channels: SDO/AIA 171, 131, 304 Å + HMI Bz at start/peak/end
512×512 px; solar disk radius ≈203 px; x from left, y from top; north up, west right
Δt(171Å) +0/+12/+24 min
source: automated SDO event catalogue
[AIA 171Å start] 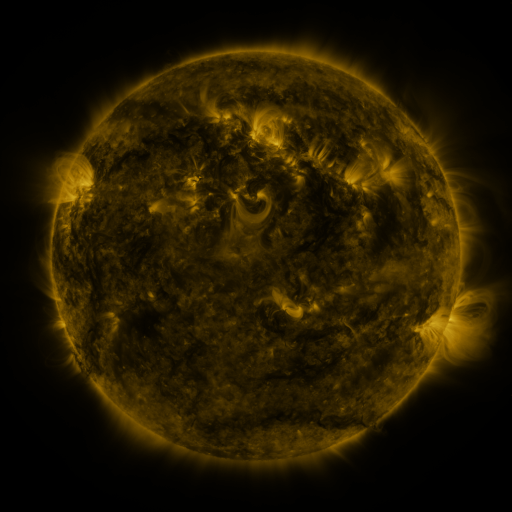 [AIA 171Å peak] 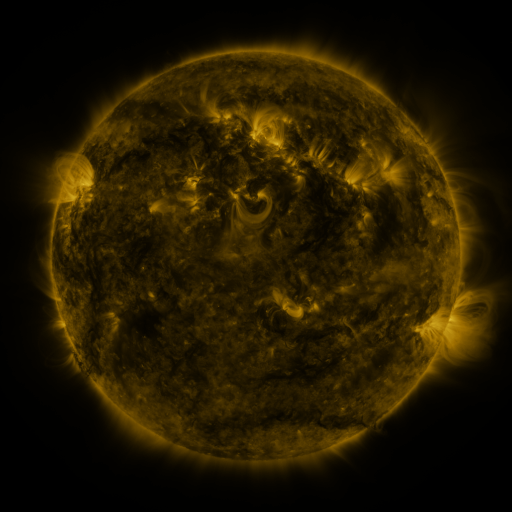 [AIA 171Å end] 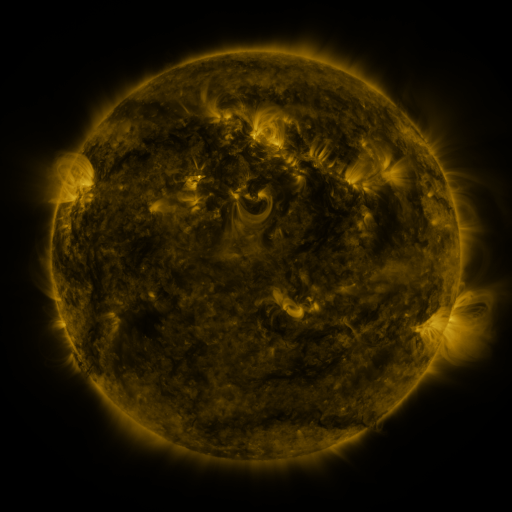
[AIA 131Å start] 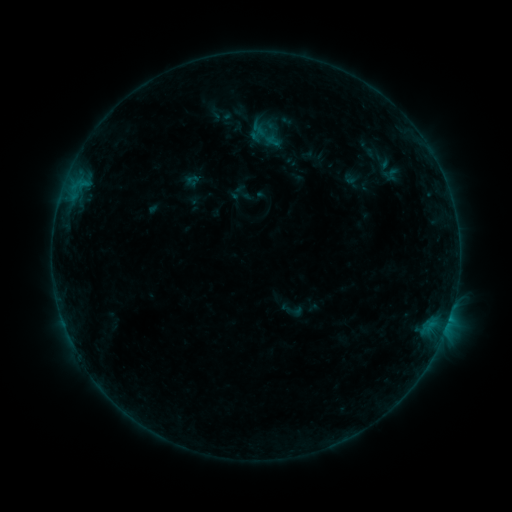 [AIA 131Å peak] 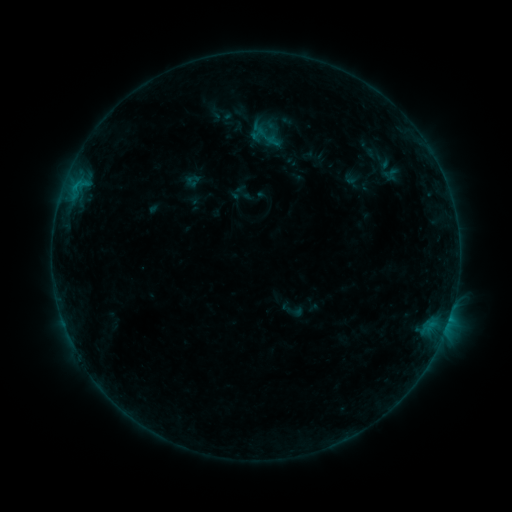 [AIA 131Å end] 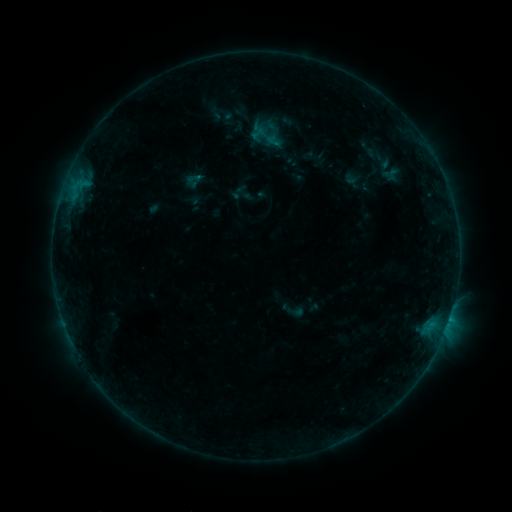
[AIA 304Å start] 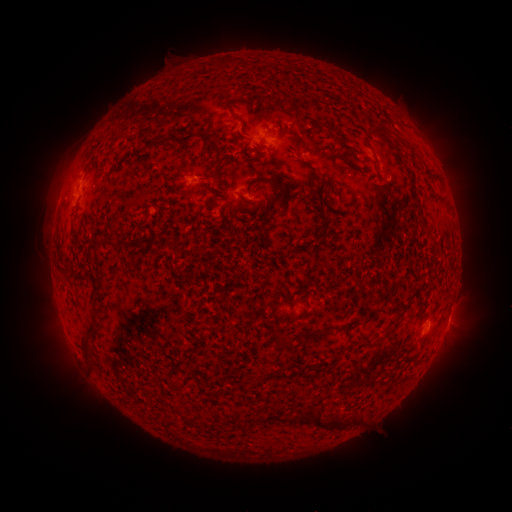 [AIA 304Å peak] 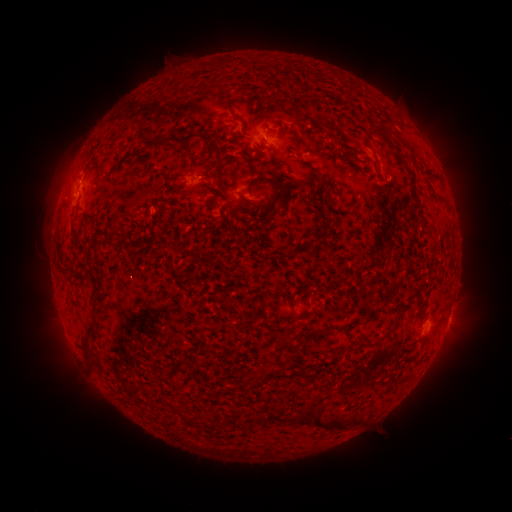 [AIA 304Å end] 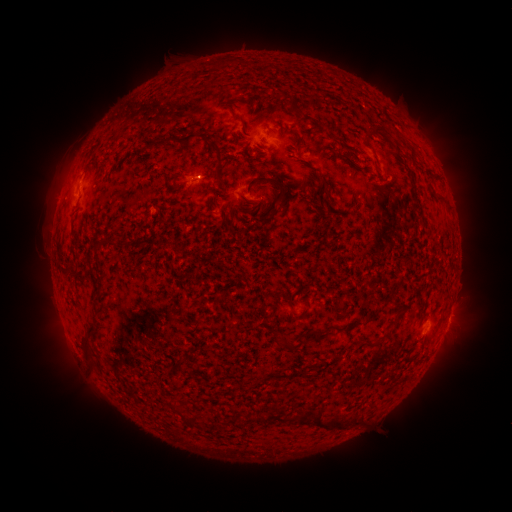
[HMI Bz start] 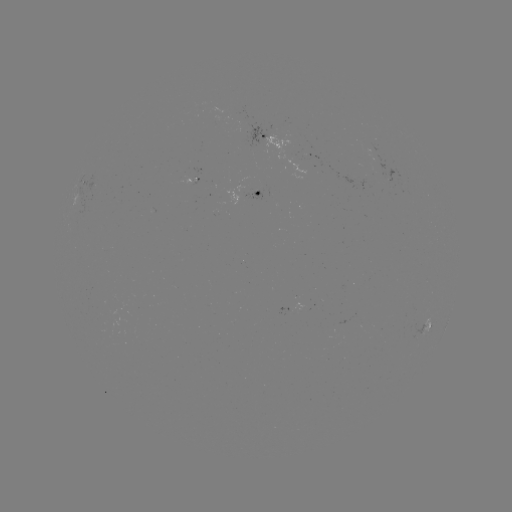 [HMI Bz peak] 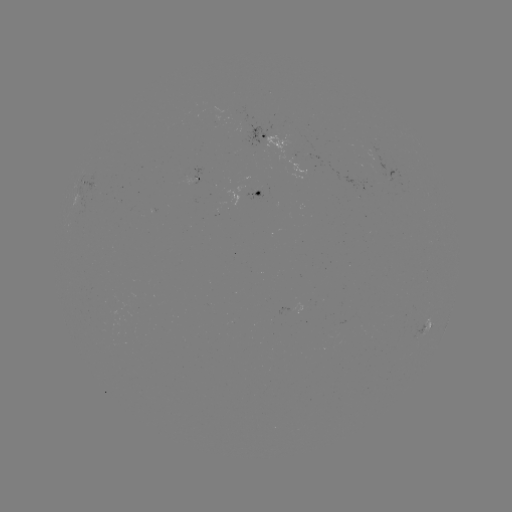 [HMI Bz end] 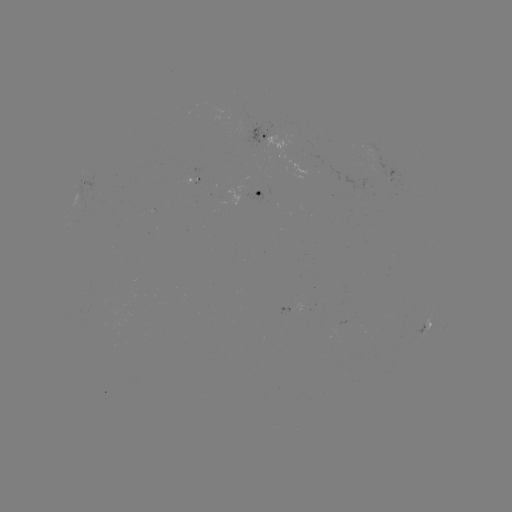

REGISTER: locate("B3.4 flare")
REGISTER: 74,191